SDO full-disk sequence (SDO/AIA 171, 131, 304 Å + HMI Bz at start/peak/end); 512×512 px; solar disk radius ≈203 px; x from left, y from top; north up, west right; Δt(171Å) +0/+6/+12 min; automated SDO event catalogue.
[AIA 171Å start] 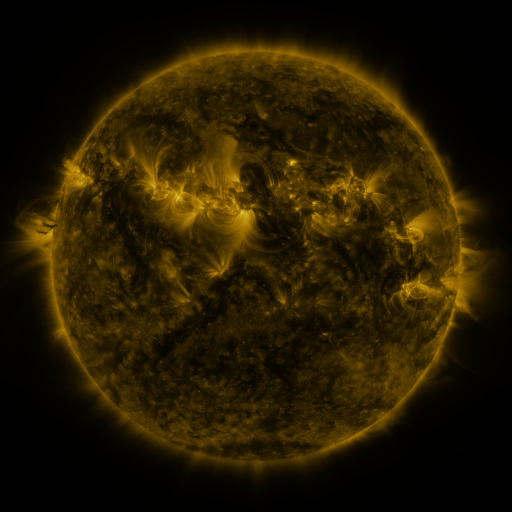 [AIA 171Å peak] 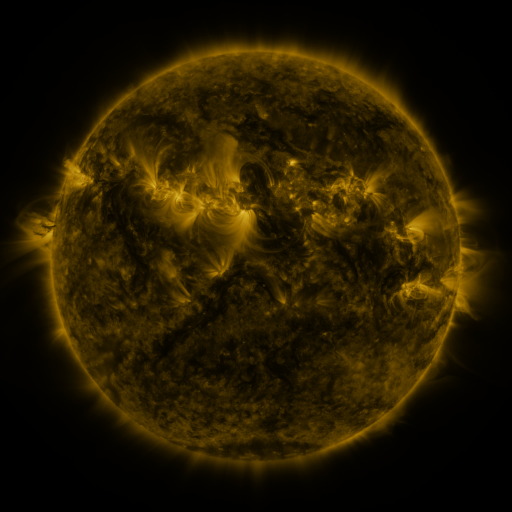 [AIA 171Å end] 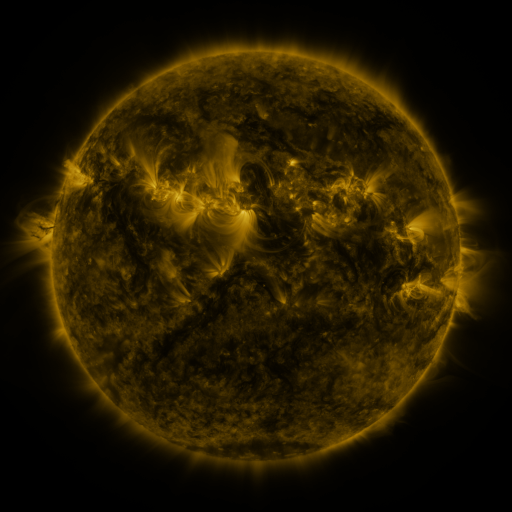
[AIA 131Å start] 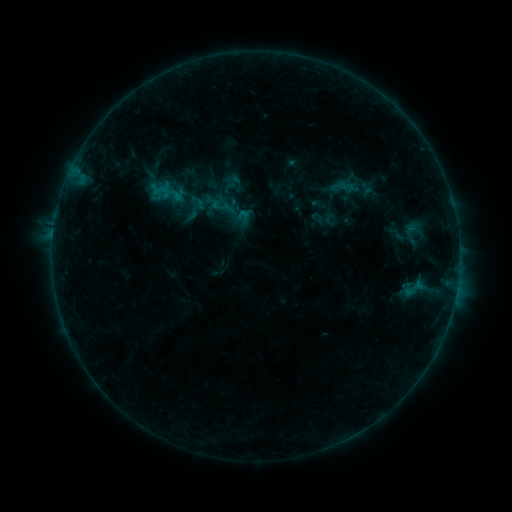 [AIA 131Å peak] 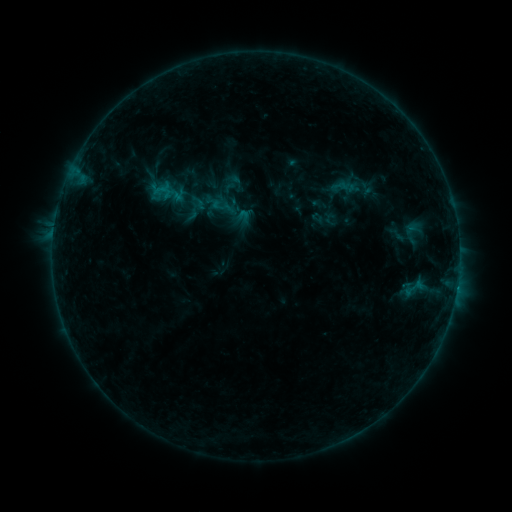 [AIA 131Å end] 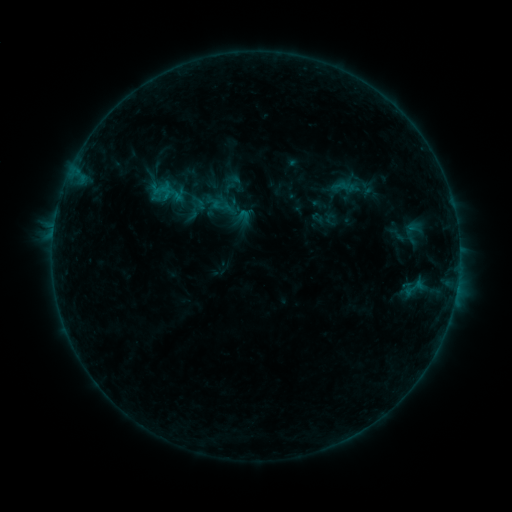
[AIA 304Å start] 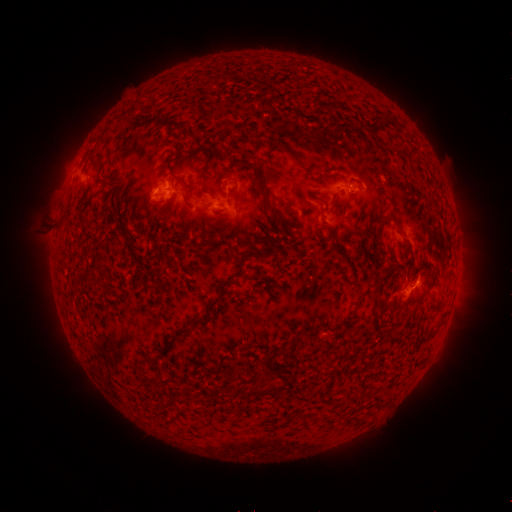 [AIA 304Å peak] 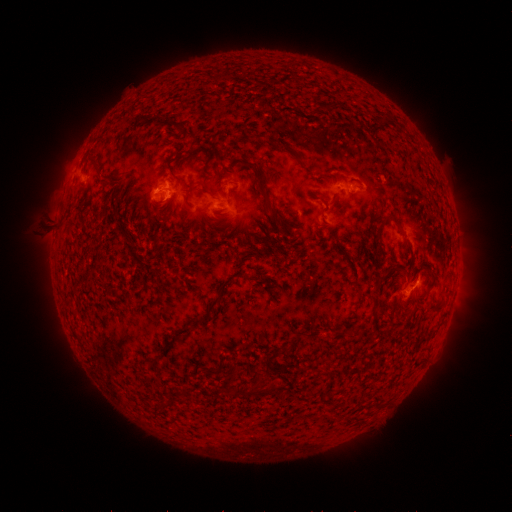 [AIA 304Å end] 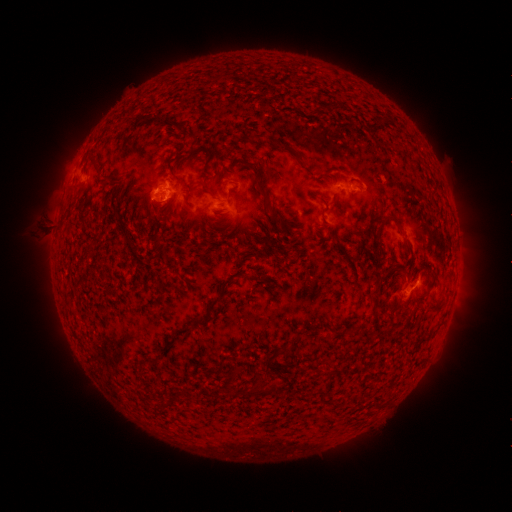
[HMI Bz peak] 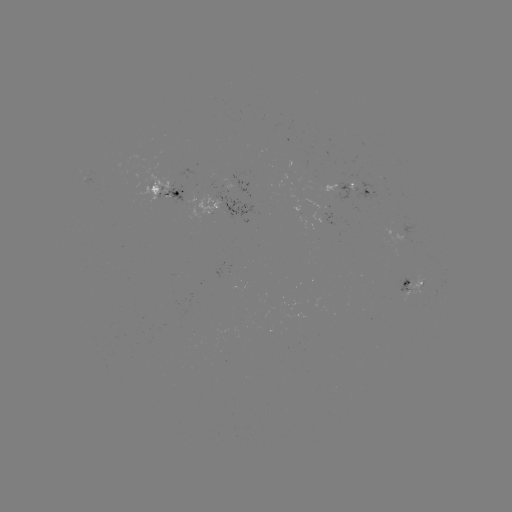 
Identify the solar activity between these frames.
B5.6 flare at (456, 287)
